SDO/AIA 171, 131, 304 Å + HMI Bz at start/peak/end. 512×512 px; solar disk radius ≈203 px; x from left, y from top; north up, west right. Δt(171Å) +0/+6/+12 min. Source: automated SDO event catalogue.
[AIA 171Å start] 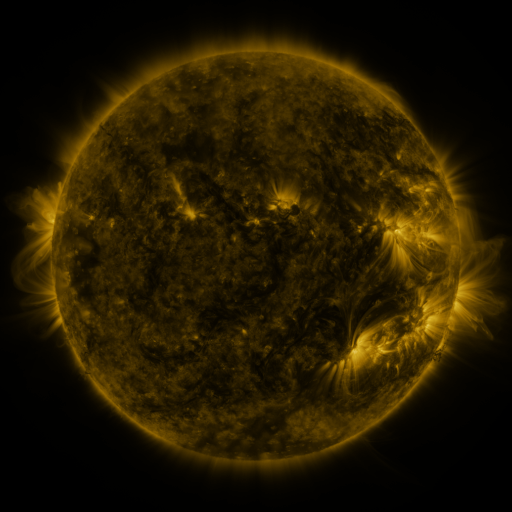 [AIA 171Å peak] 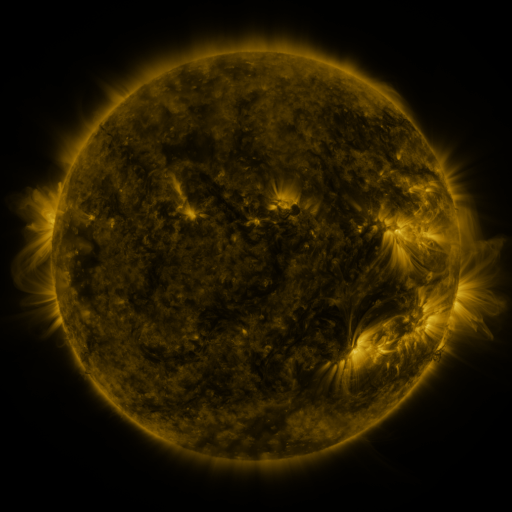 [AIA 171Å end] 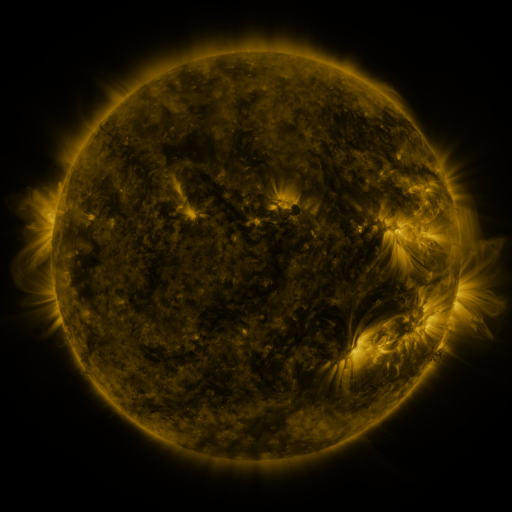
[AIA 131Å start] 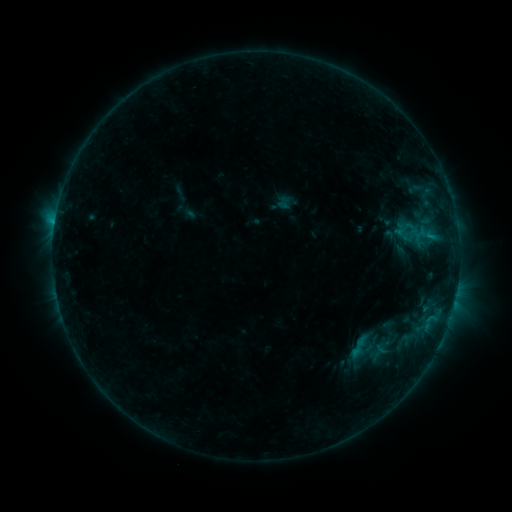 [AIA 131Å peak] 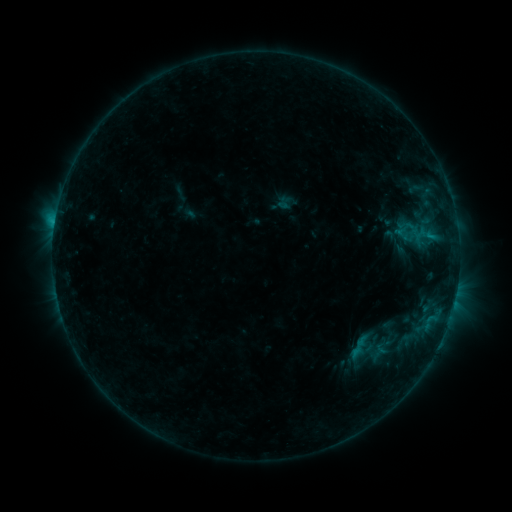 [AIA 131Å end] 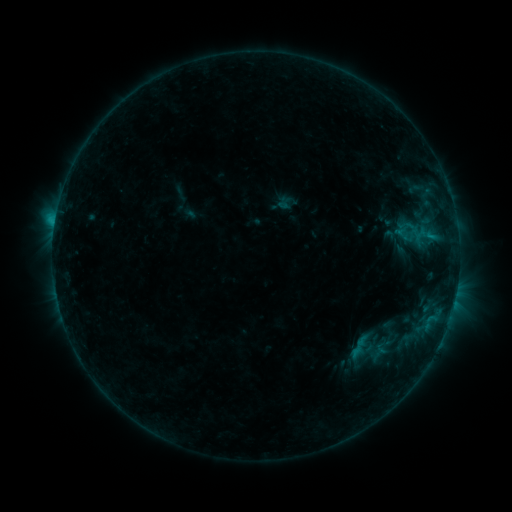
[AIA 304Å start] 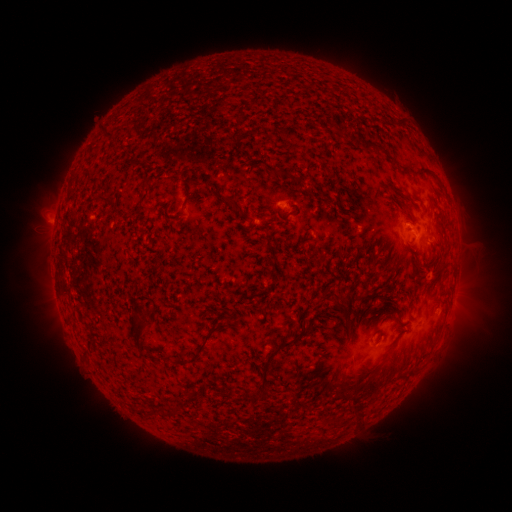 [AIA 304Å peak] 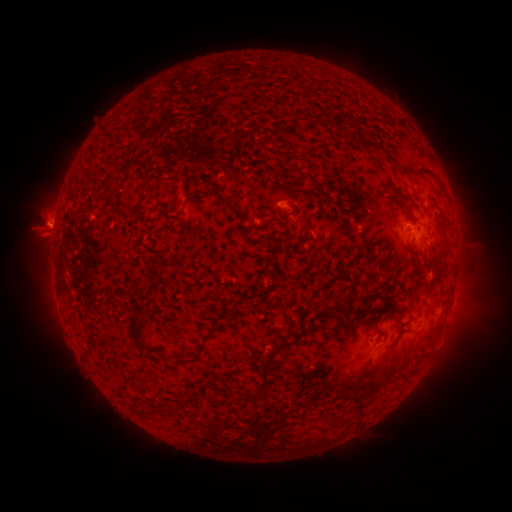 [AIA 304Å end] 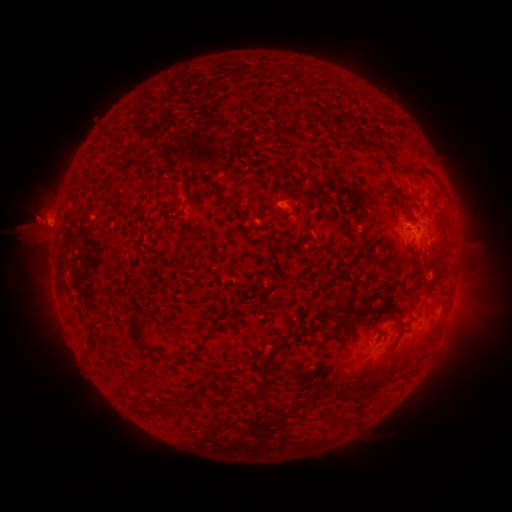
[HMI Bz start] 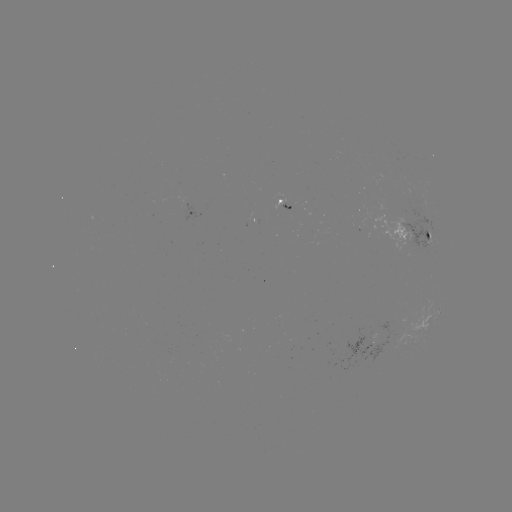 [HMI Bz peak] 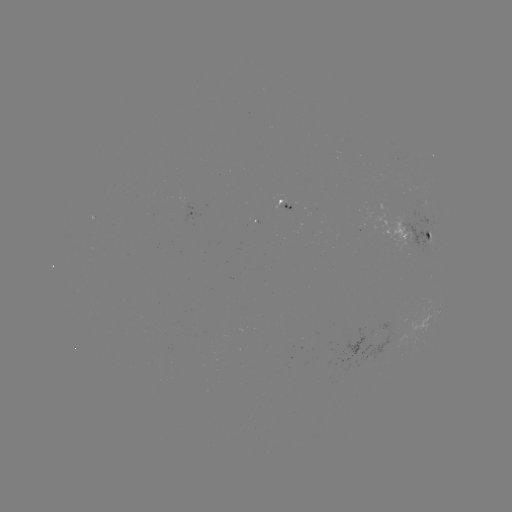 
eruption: [19, 198, 76, 257]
